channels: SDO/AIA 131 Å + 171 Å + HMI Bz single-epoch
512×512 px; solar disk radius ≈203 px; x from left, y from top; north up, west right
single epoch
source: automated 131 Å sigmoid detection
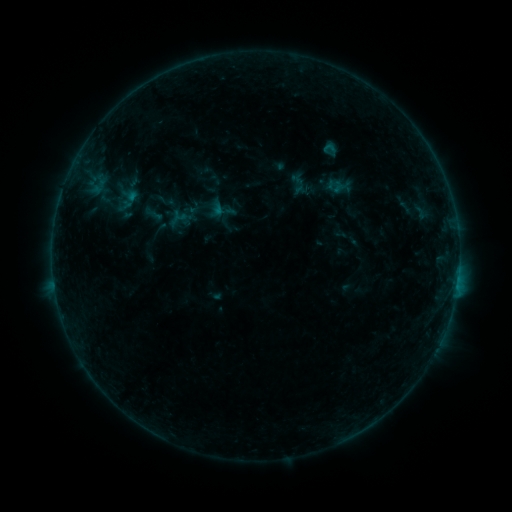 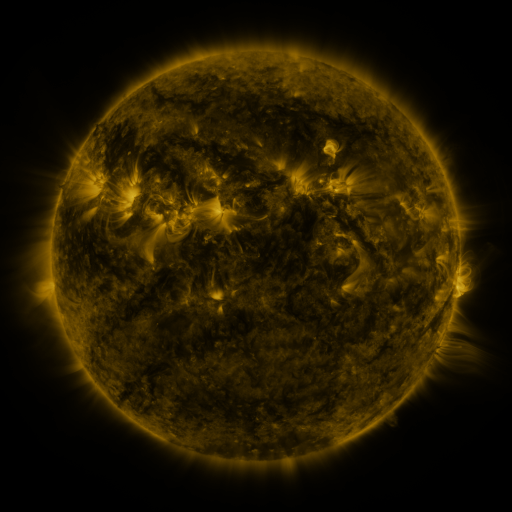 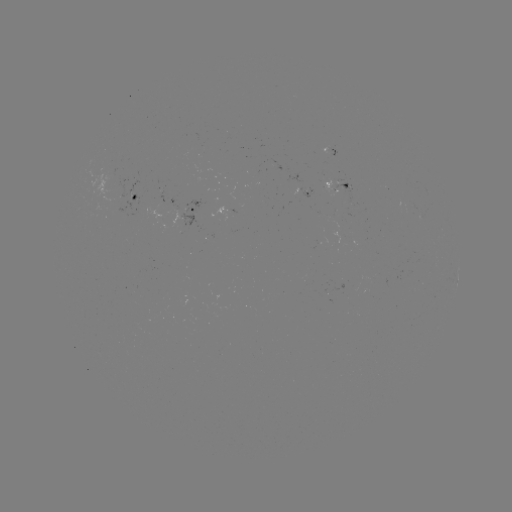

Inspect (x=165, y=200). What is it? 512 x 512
sigmoid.